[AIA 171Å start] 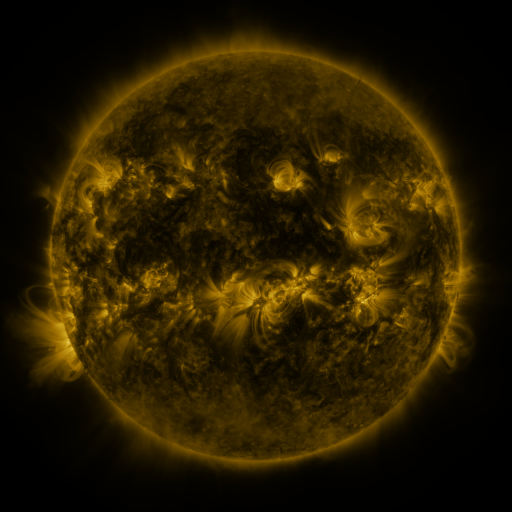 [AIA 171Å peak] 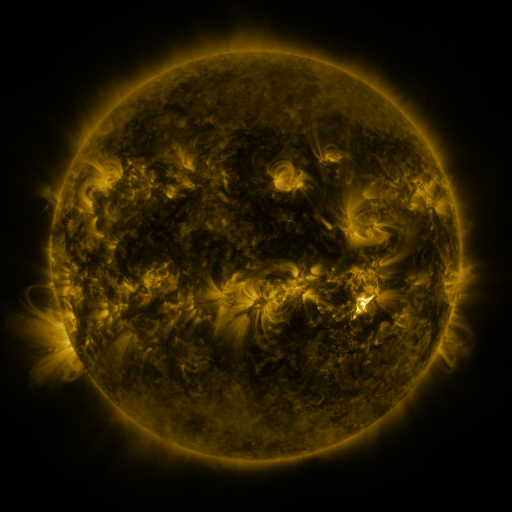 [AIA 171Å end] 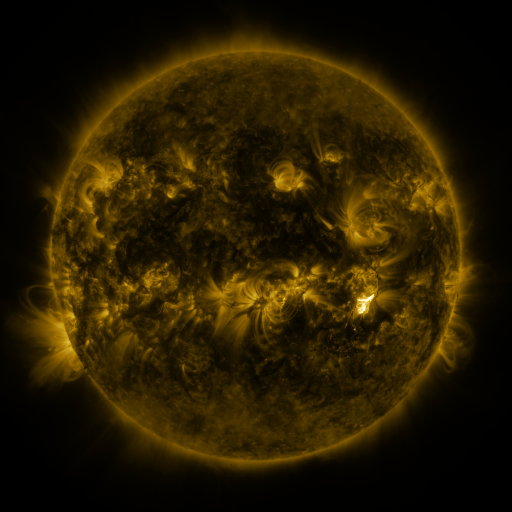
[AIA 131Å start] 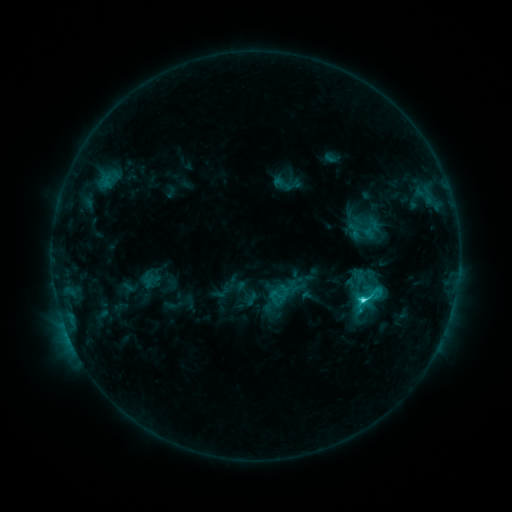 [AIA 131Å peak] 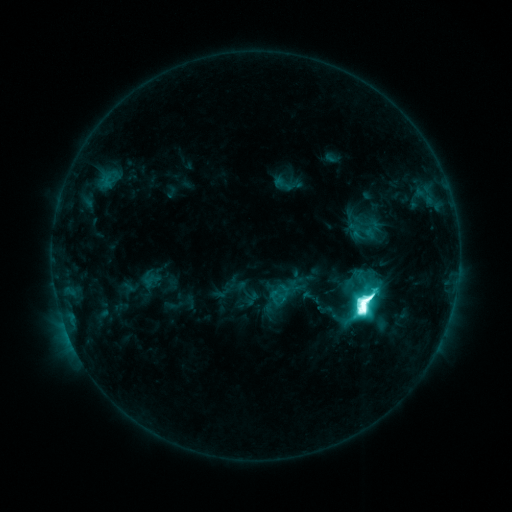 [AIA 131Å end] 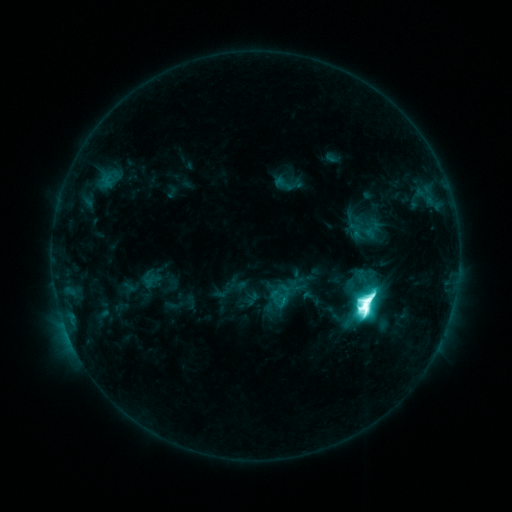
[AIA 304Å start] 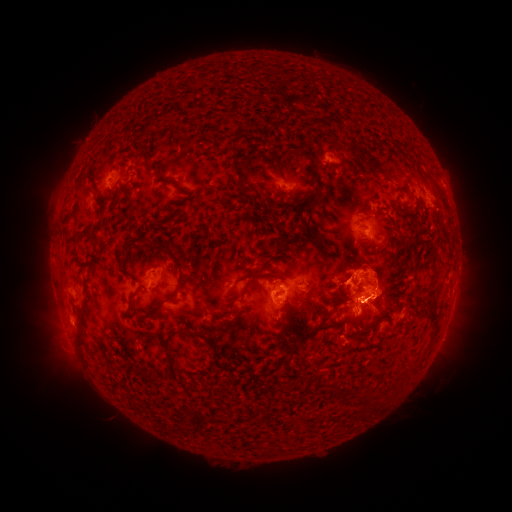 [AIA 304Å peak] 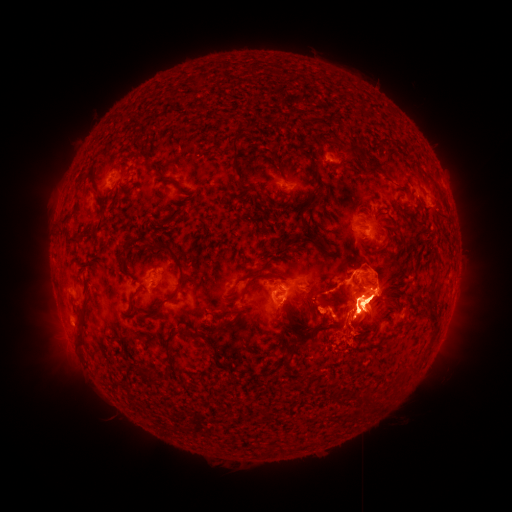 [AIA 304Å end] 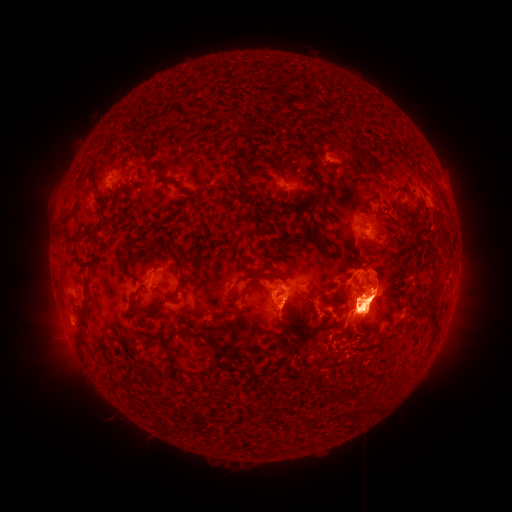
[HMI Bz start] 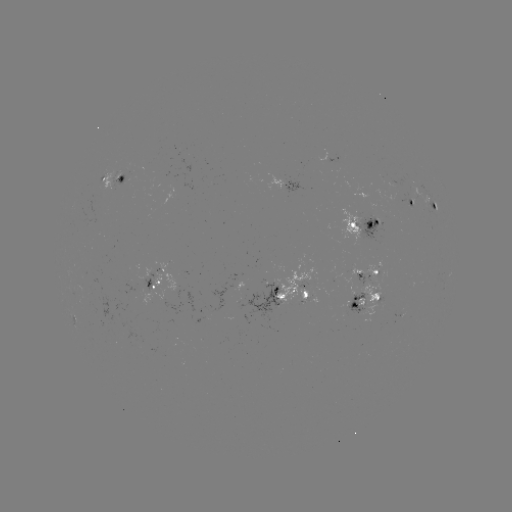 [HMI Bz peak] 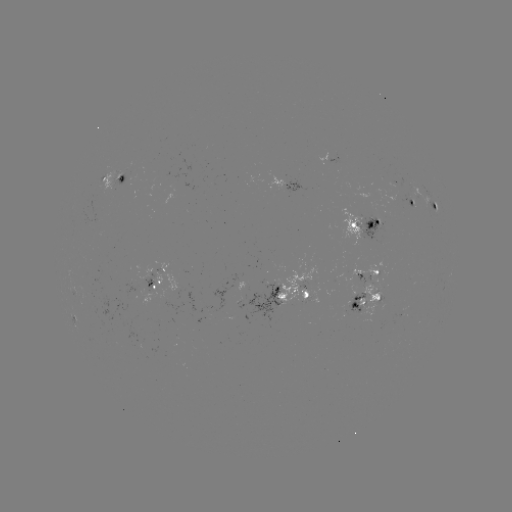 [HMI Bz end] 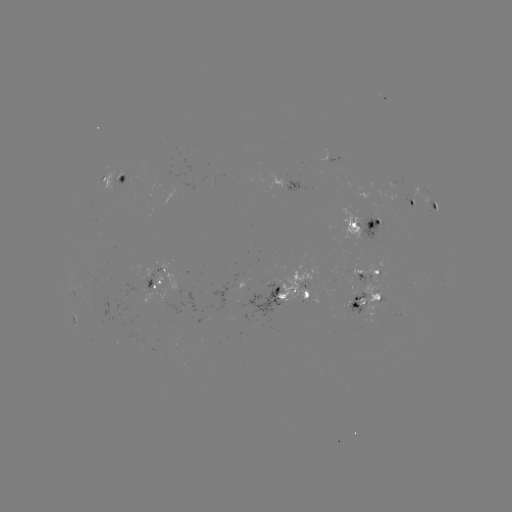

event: eruption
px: (357, 313)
